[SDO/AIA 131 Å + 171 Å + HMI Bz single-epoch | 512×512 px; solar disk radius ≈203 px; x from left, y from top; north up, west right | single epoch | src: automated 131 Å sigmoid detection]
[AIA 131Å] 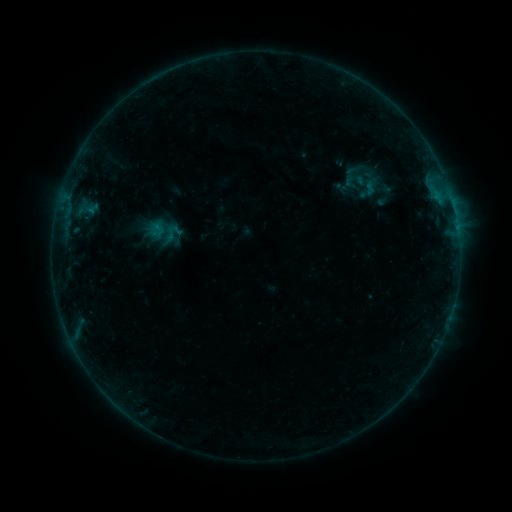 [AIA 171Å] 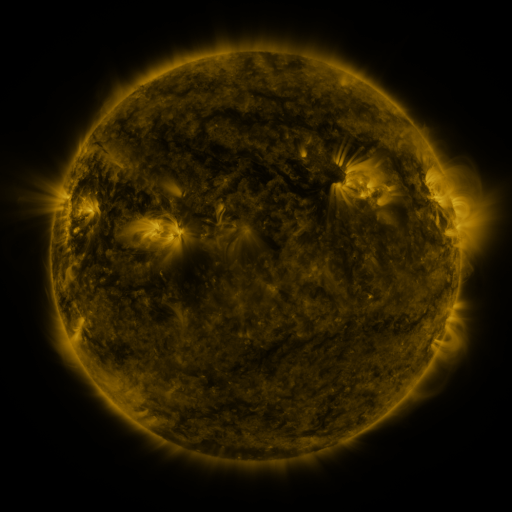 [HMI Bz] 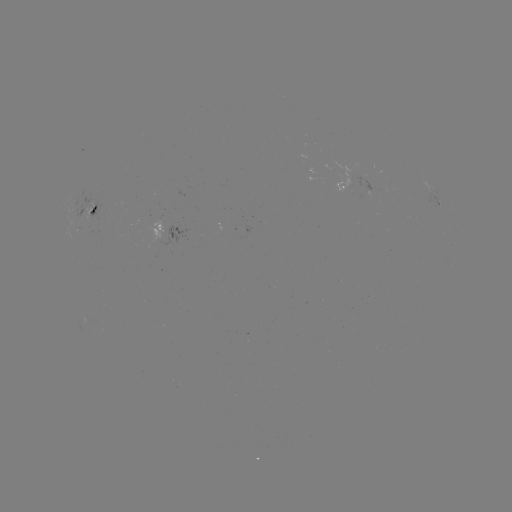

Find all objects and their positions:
sigmoid: (356, 178)
sigmoid: (368, 189)
